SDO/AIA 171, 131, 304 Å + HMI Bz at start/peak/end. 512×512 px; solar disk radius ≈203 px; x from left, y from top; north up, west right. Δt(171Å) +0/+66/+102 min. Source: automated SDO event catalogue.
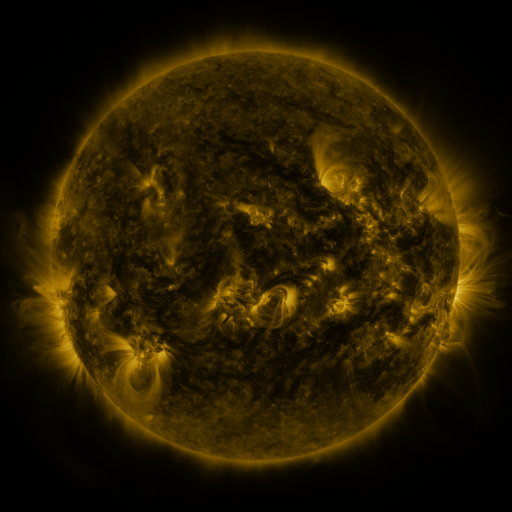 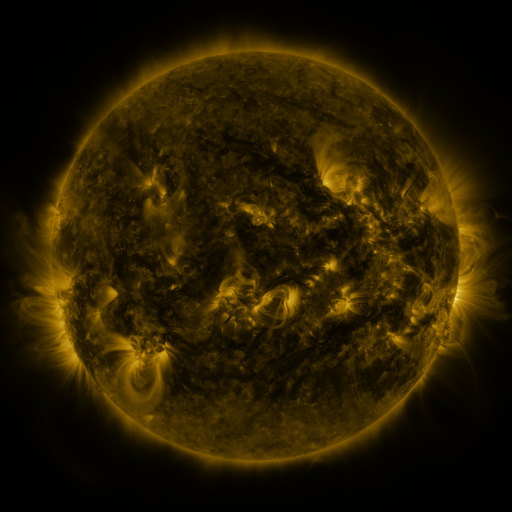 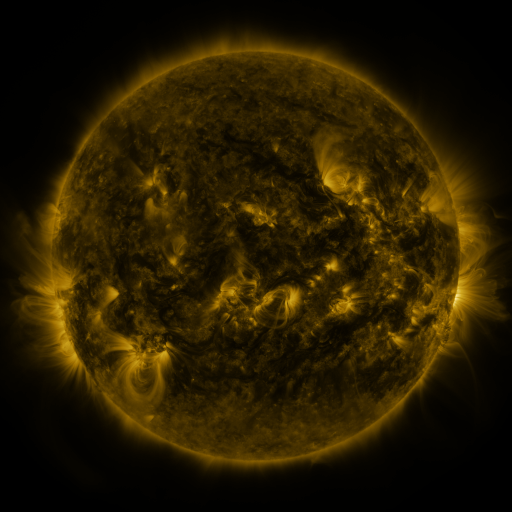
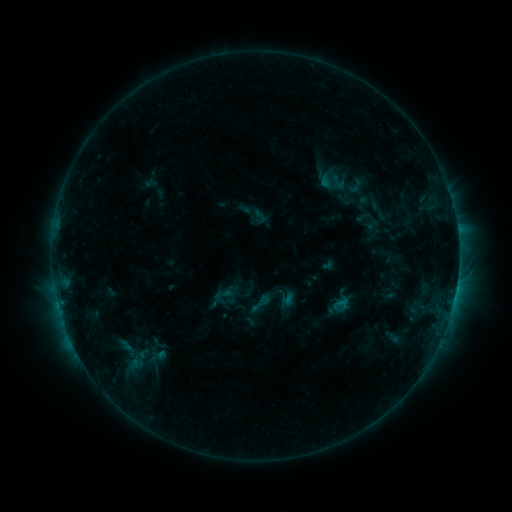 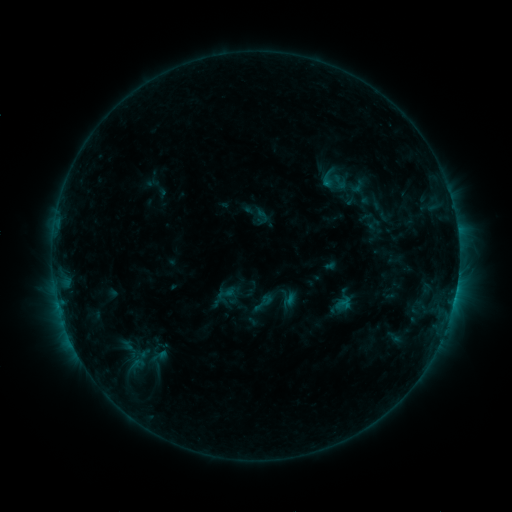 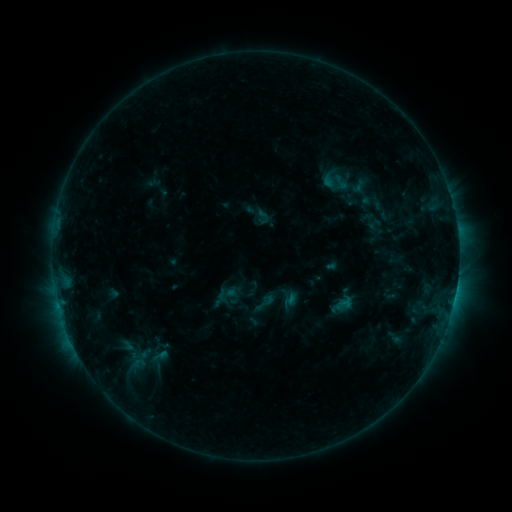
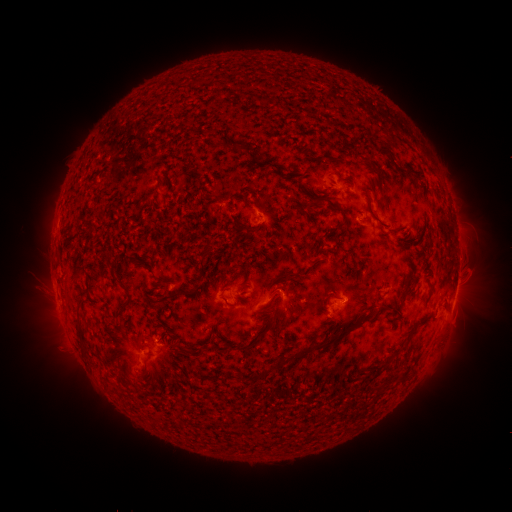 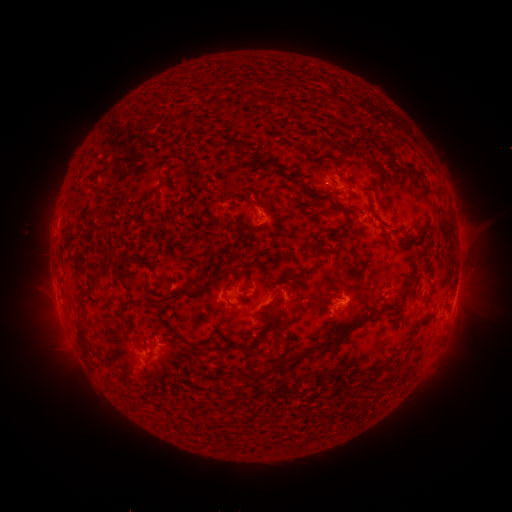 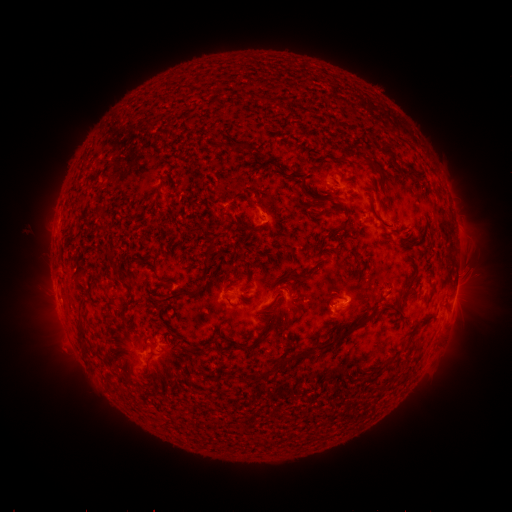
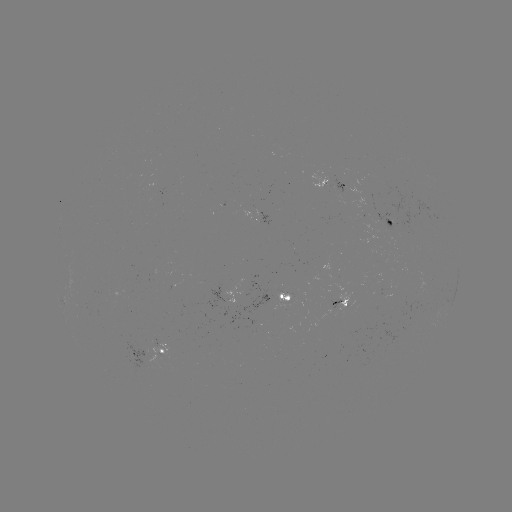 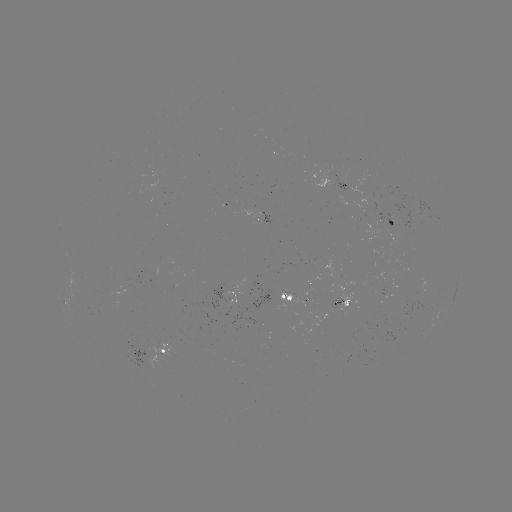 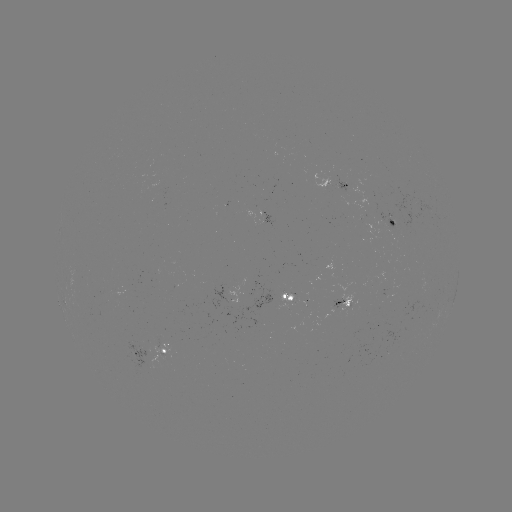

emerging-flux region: (224, 280, 244, 304)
